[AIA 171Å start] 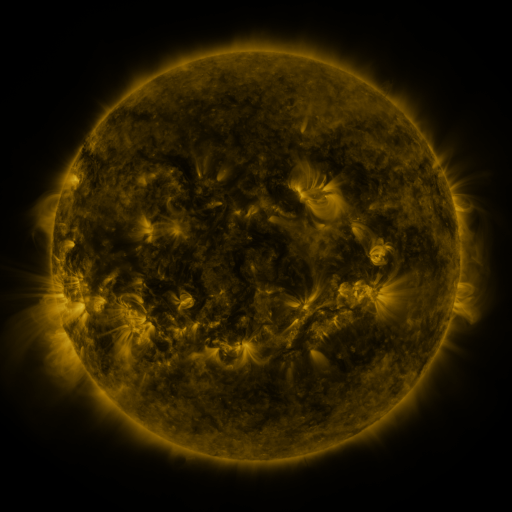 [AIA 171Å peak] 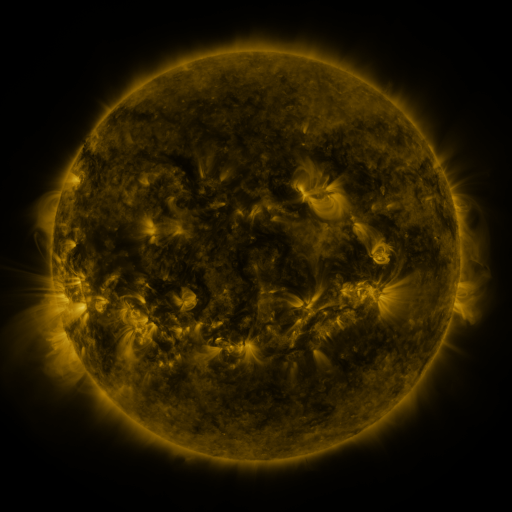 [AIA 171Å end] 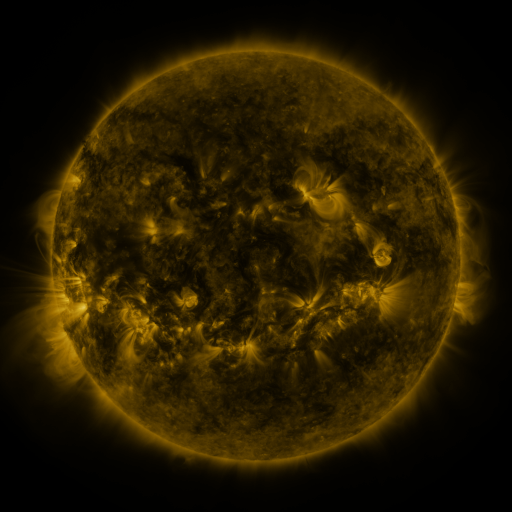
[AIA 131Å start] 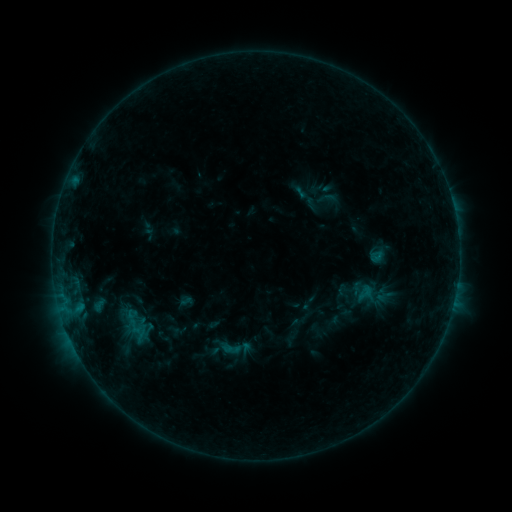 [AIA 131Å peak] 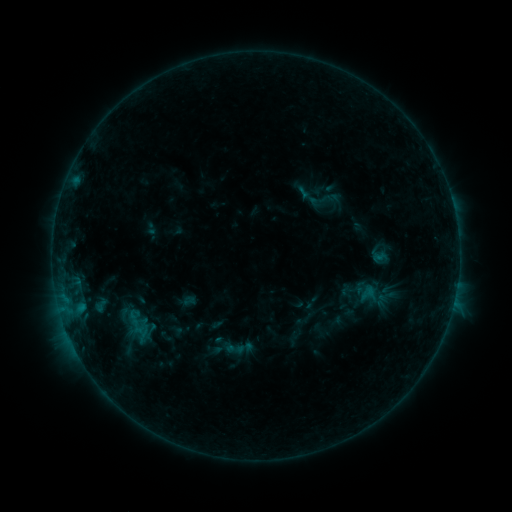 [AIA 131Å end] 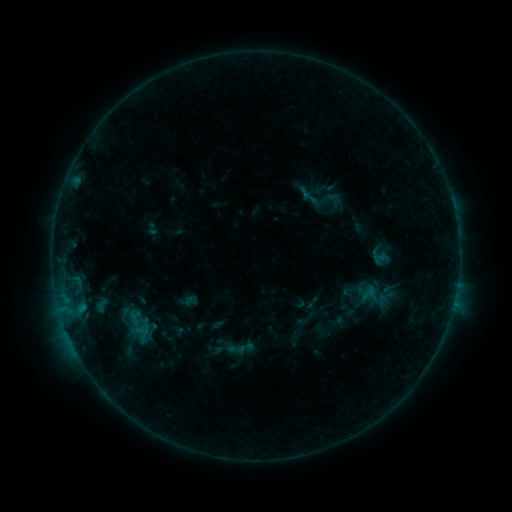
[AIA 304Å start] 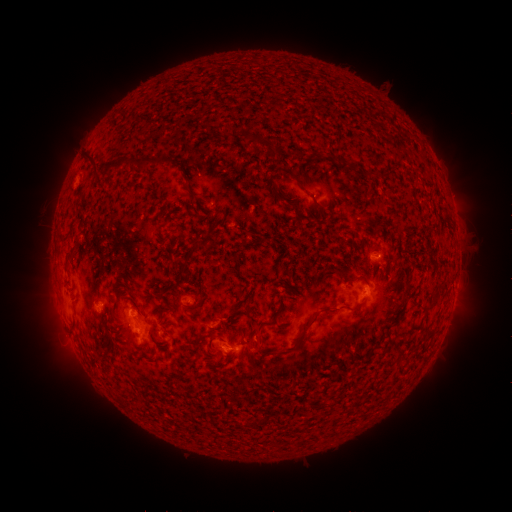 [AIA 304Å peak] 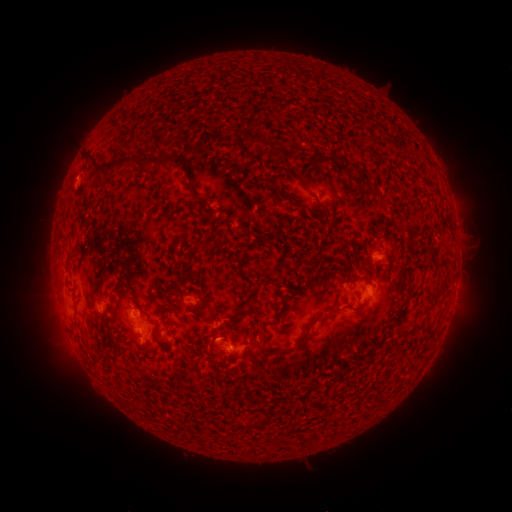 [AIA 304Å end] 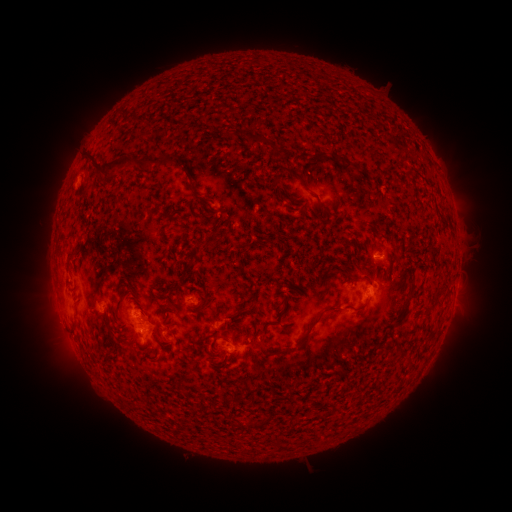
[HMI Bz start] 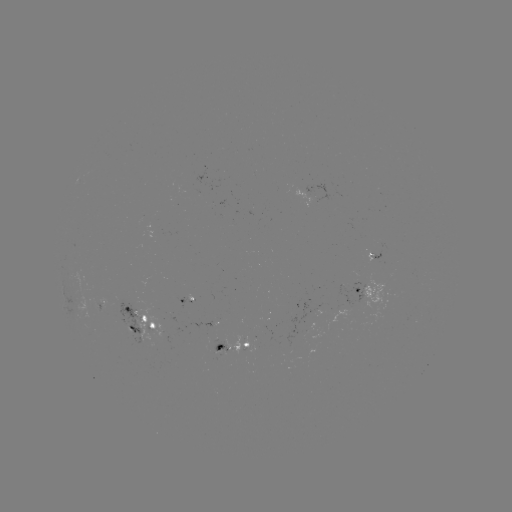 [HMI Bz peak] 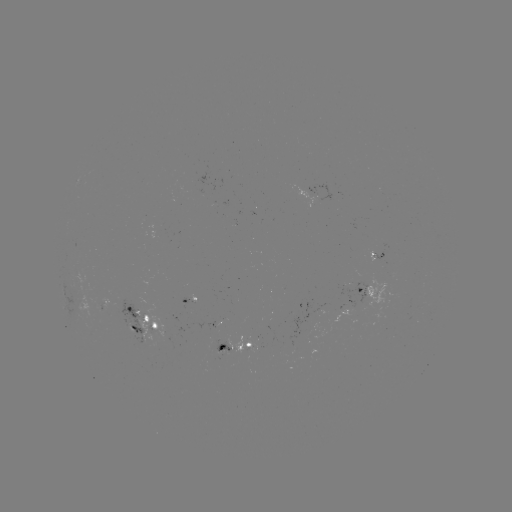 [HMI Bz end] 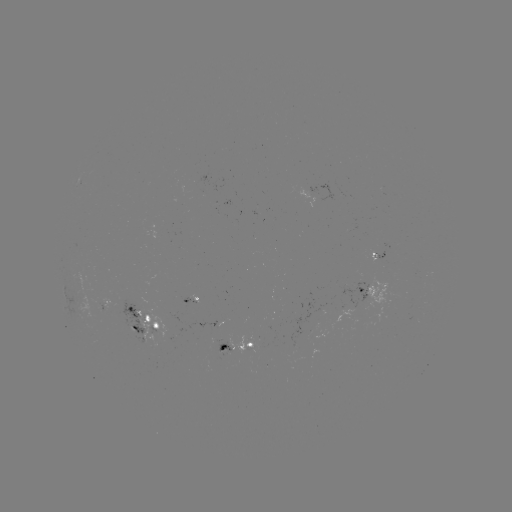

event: emerging-flux region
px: (119, 309)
